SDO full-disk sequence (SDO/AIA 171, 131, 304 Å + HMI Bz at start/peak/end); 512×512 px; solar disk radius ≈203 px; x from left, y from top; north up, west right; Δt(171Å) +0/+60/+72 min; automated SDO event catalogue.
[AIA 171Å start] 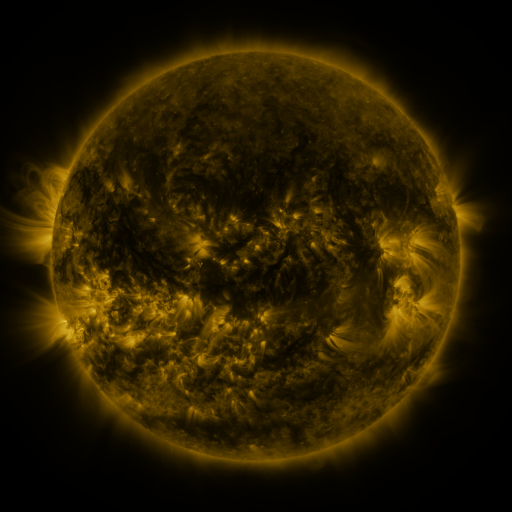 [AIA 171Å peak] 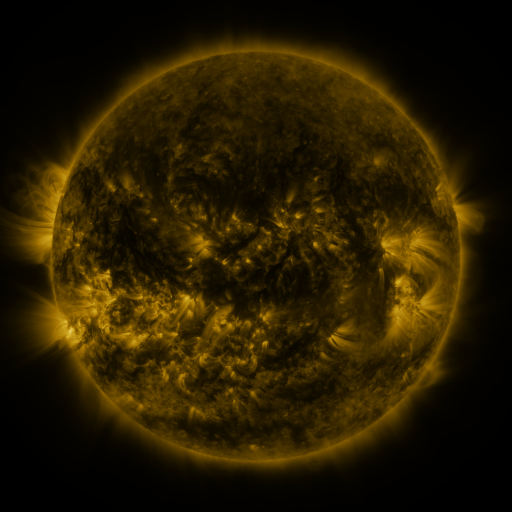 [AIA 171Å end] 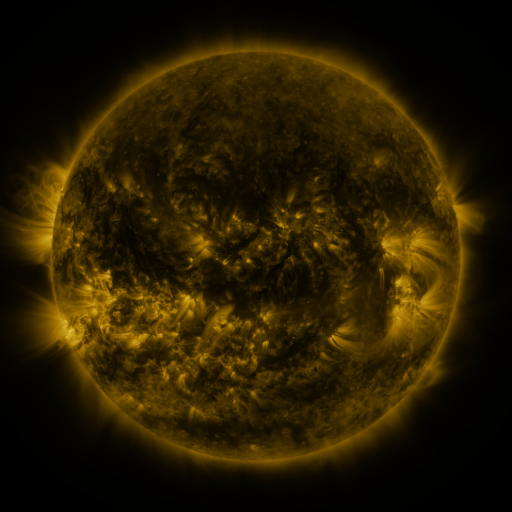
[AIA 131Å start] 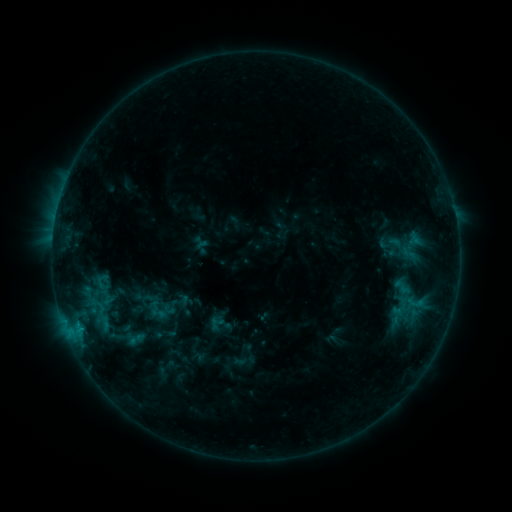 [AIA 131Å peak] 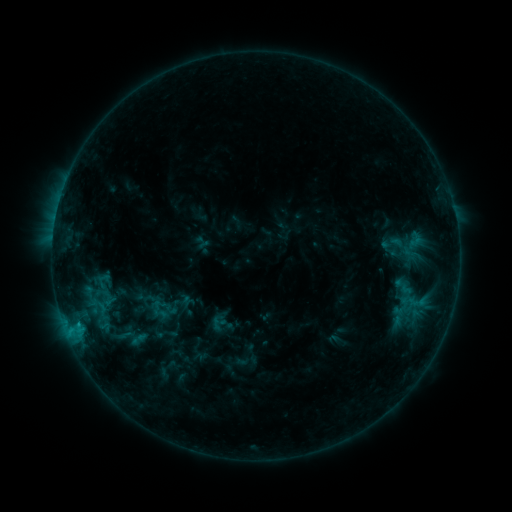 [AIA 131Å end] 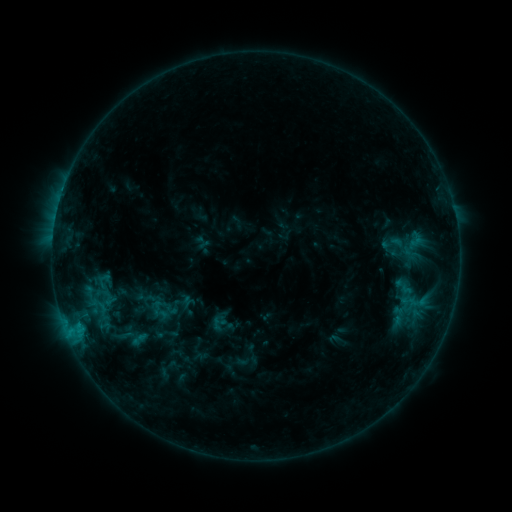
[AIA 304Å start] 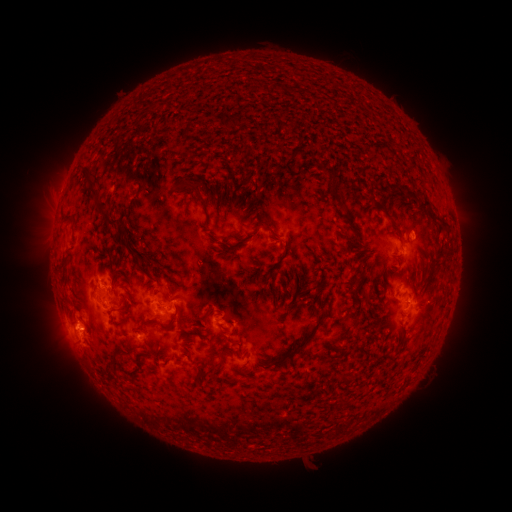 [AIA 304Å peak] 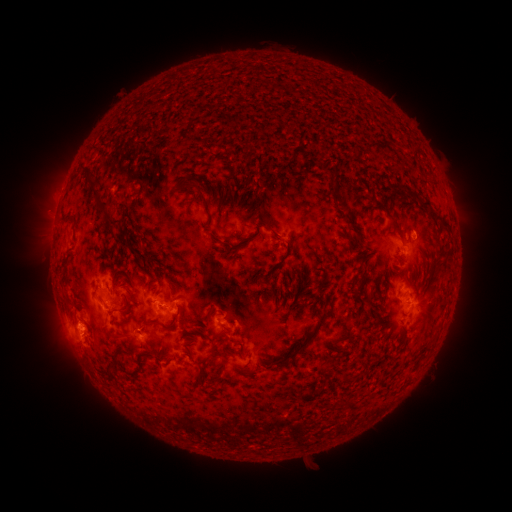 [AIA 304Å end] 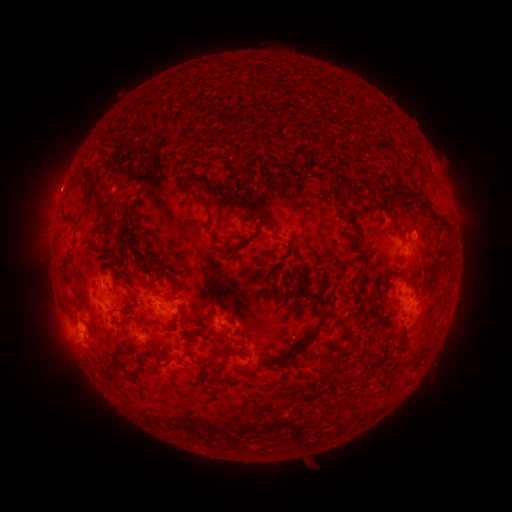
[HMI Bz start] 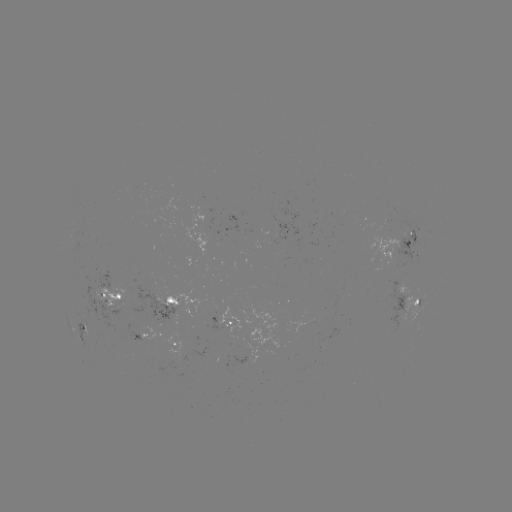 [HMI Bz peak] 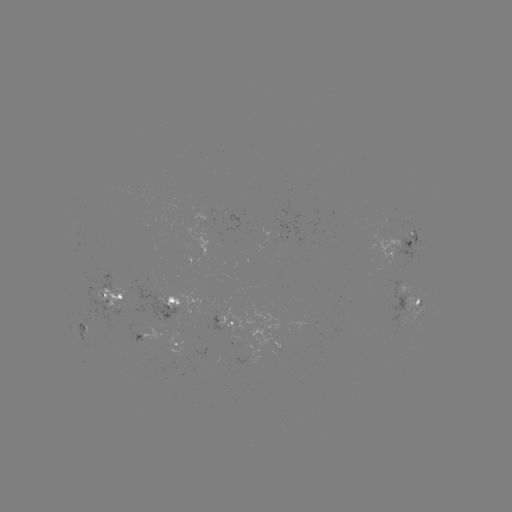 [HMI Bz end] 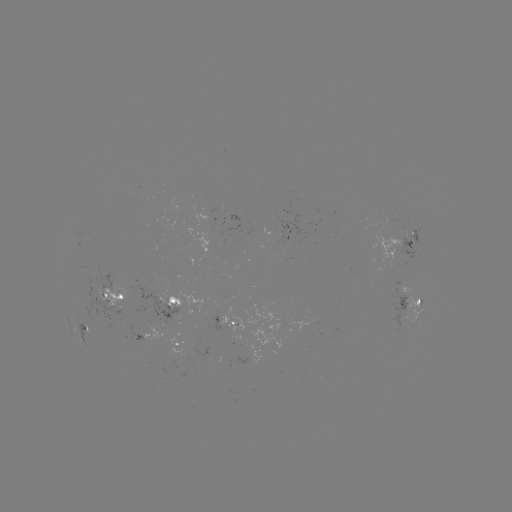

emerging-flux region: [389, 288, 408, 332]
